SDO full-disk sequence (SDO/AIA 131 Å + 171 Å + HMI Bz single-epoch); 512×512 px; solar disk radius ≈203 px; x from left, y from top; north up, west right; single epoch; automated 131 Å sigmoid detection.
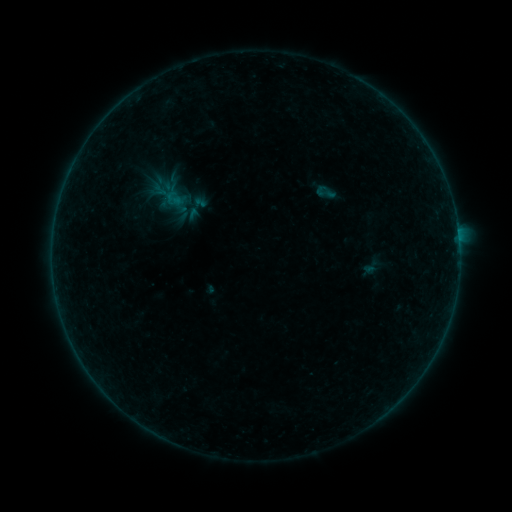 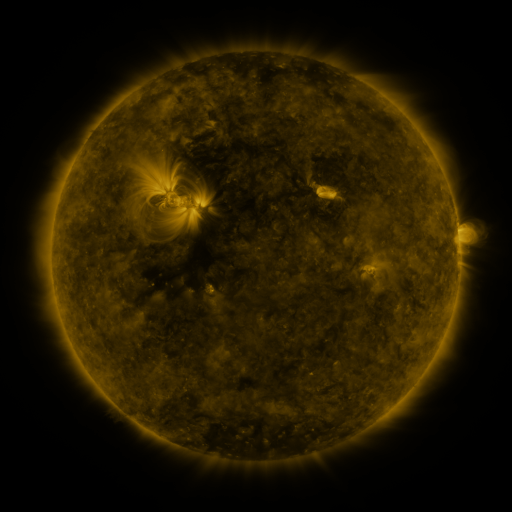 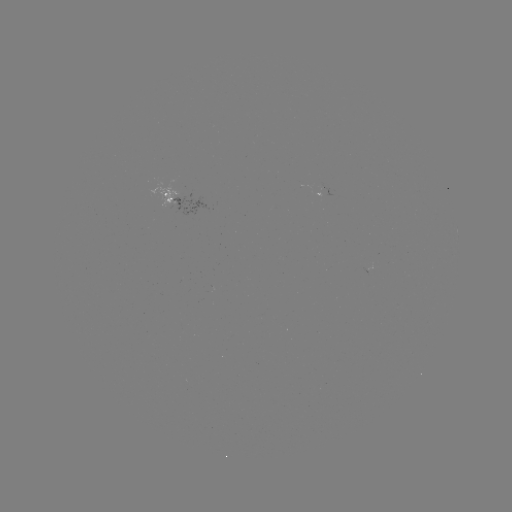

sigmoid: [312, 181, 338, 203]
